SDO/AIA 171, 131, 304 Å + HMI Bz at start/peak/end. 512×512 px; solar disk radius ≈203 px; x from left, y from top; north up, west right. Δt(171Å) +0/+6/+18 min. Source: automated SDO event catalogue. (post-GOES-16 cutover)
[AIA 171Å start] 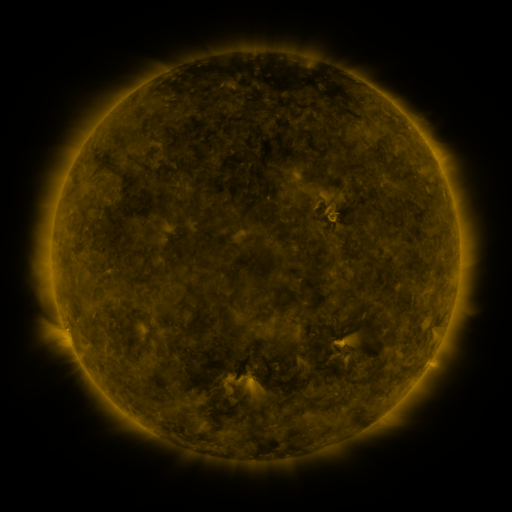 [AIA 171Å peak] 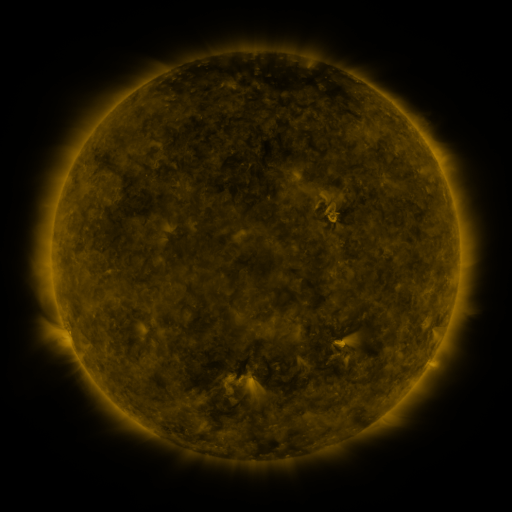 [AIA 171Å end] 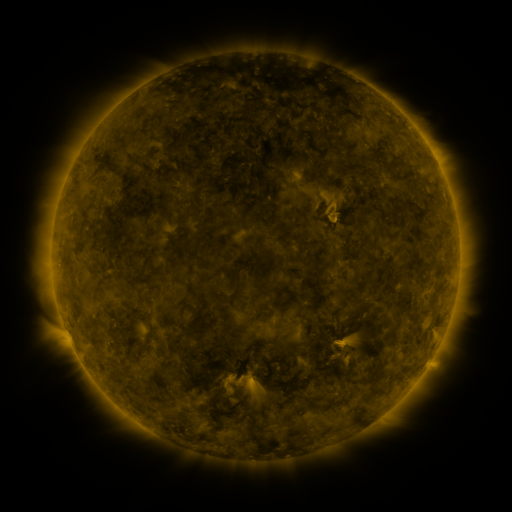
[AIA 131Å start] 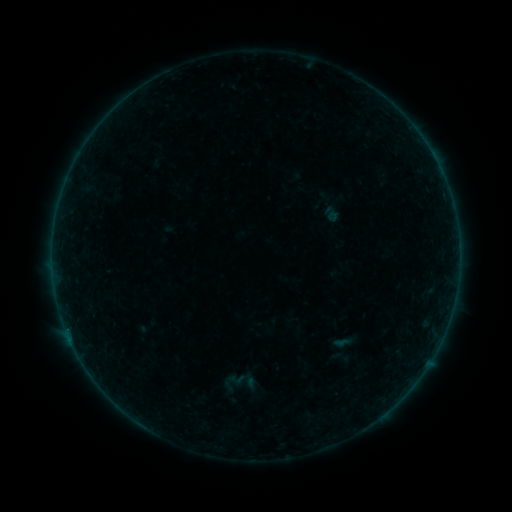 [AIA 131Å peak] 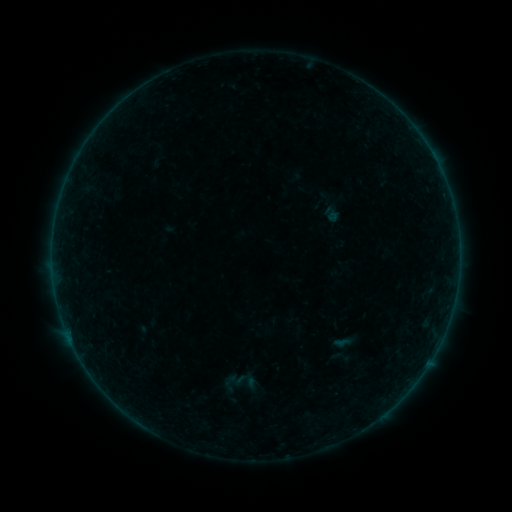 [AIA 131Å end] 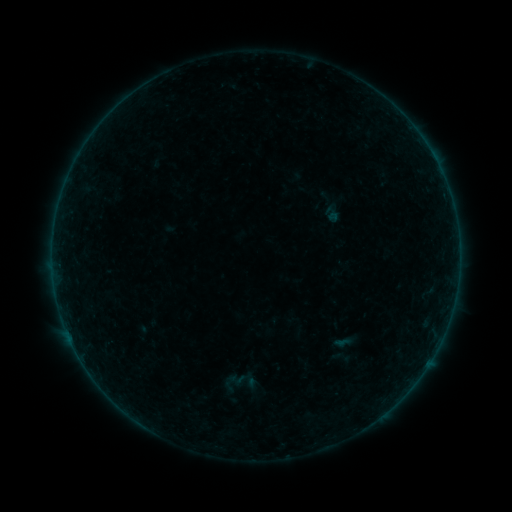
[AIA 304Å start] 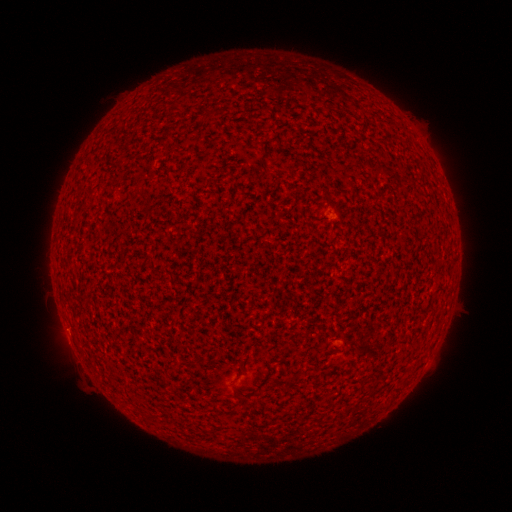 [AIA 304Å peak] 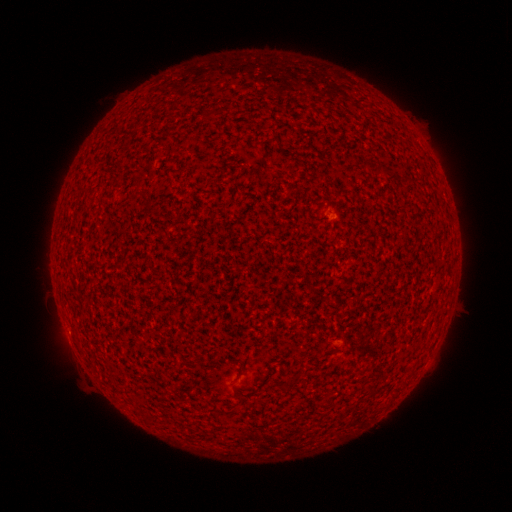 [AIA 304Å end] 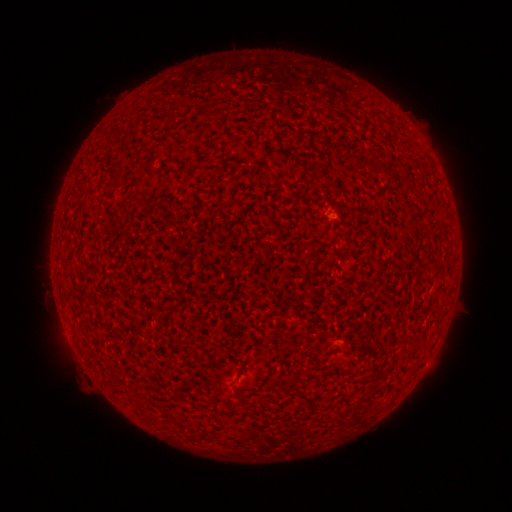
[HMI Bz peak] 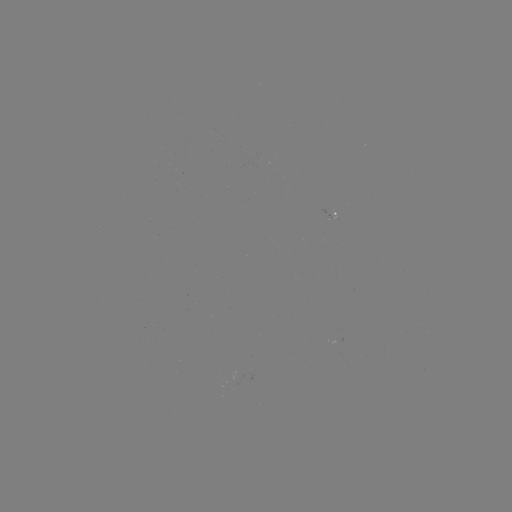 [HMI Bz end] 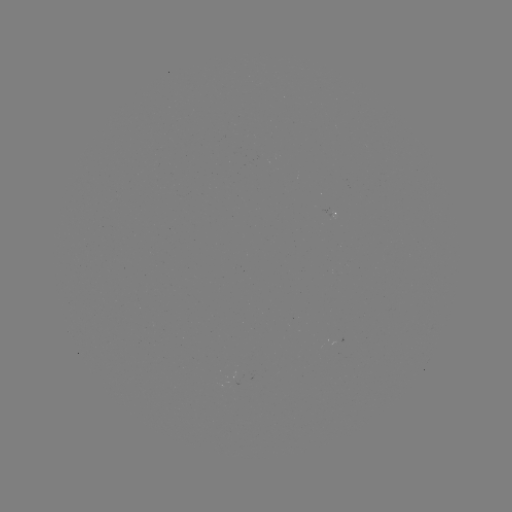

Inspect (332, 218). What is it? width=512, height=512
A1.6 flare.